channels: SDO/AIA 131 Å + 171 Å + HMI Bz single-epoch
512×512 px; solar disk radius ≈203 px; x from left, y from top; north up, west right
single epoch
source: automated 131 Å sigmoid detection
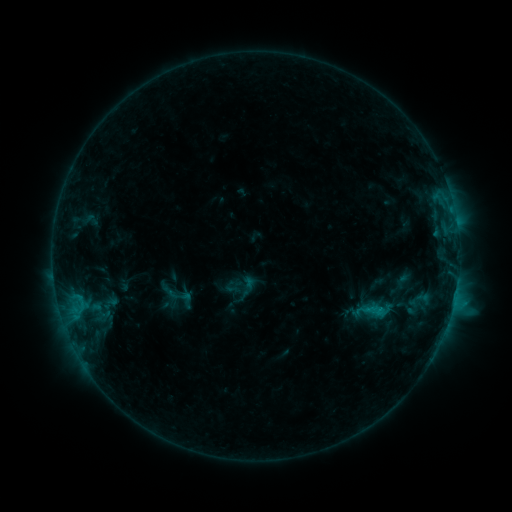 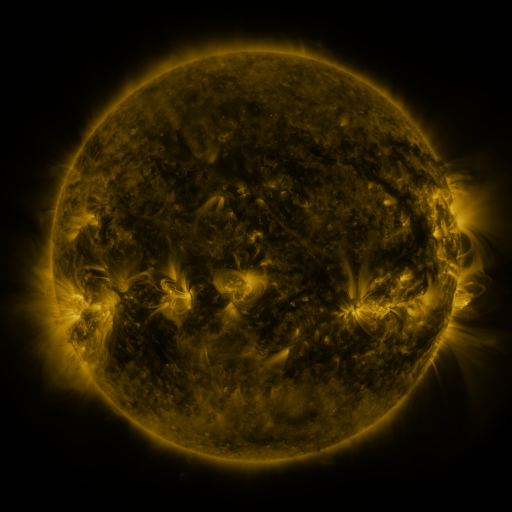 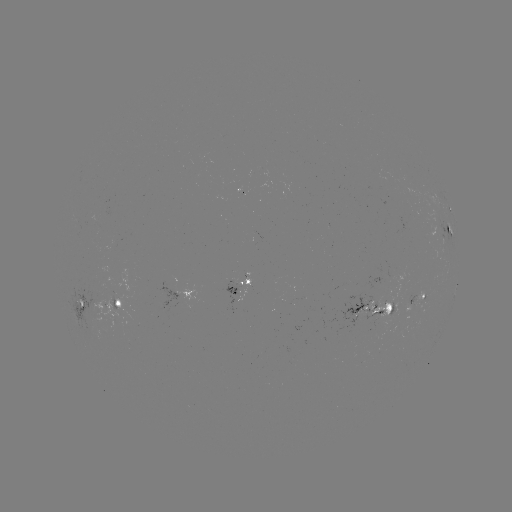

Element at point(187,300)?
sigmoid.